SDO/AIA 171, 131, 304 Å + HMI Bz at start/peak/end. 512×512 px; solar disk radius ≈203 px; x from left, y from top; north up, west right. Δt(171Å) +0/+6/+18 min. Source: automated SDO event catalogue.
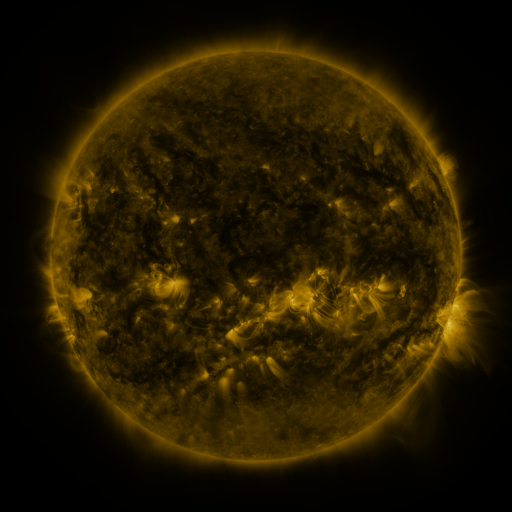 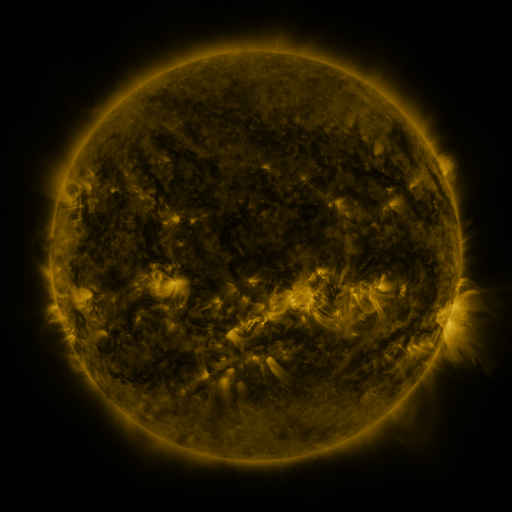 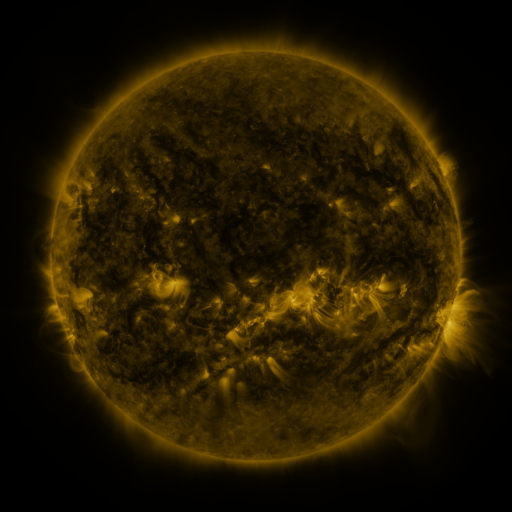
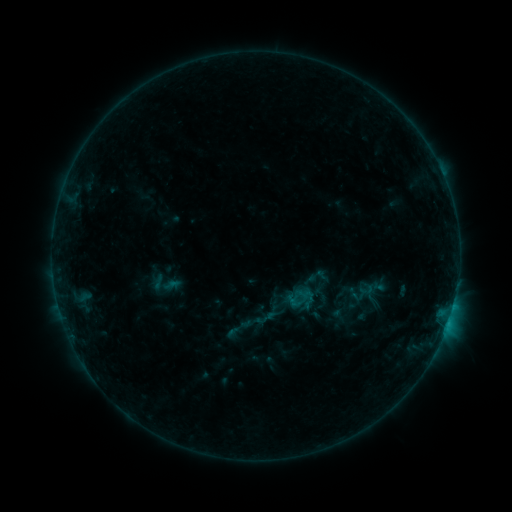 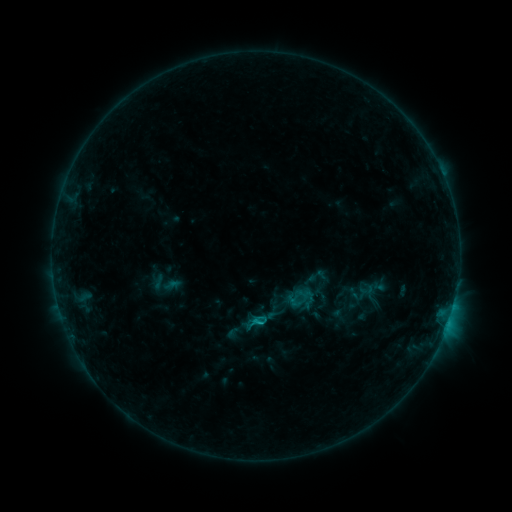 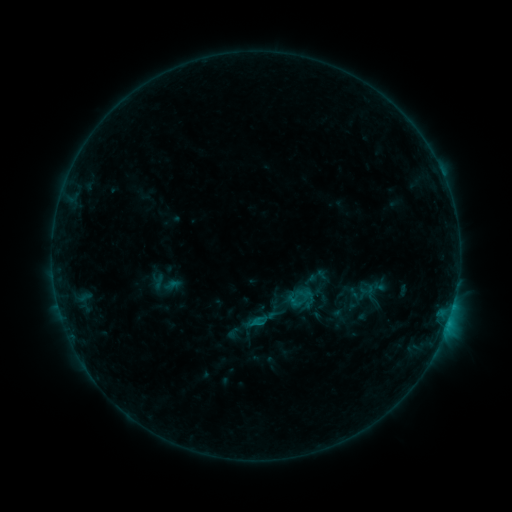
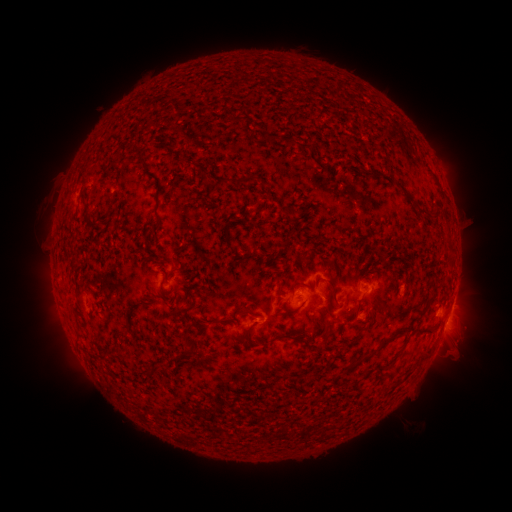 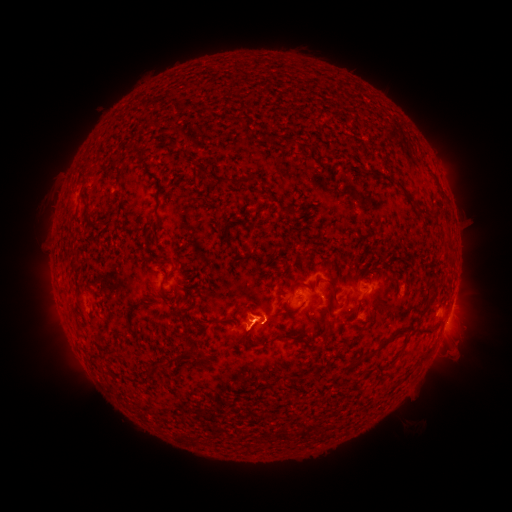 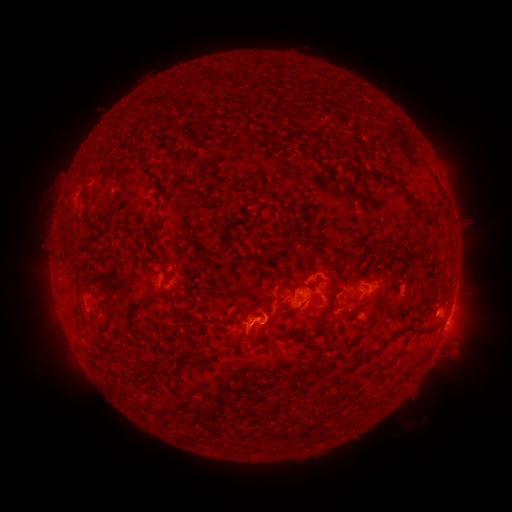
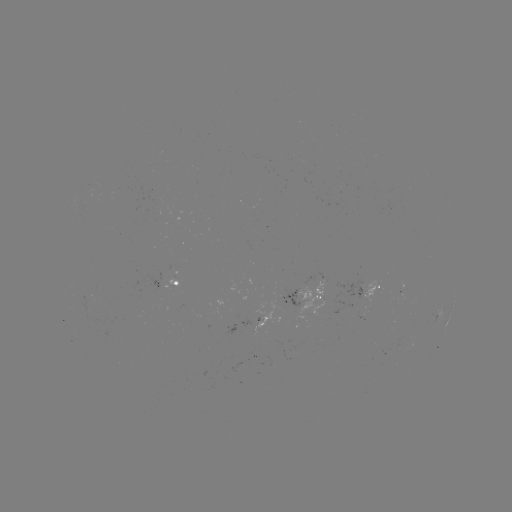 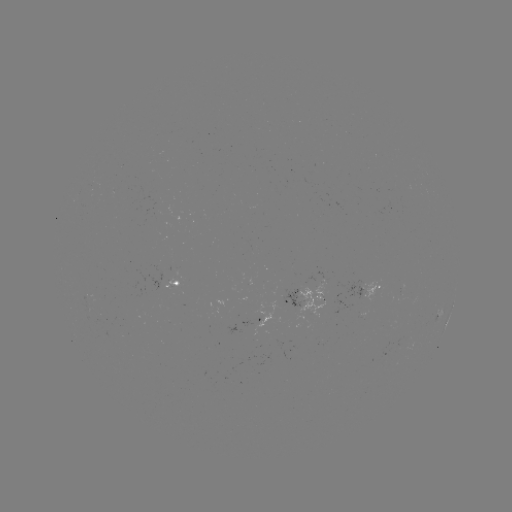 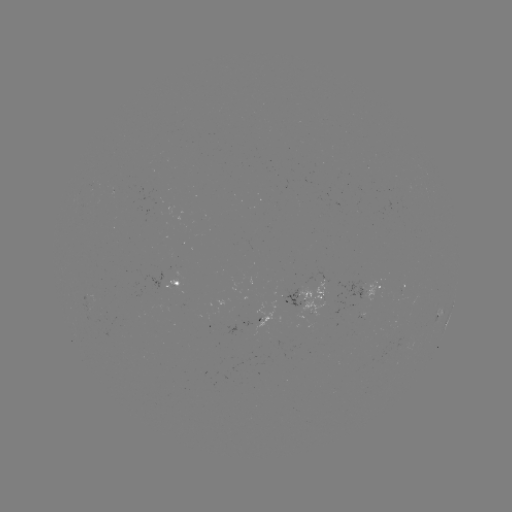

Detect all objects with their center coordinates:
eruption: (249, 336)
